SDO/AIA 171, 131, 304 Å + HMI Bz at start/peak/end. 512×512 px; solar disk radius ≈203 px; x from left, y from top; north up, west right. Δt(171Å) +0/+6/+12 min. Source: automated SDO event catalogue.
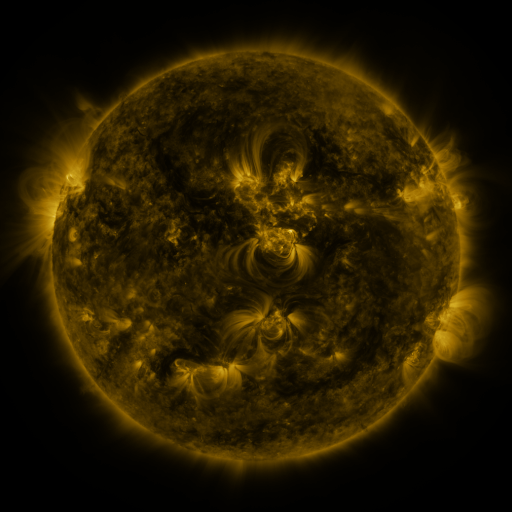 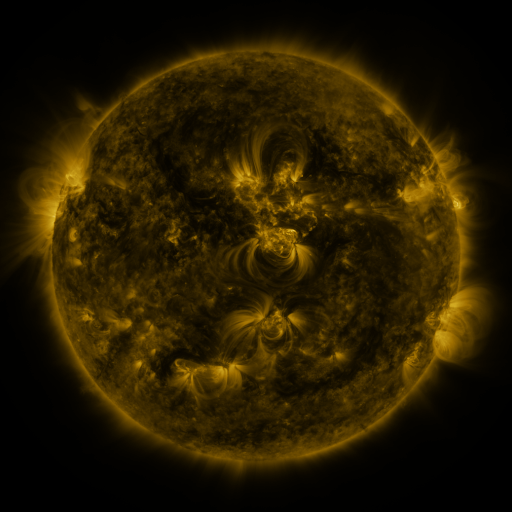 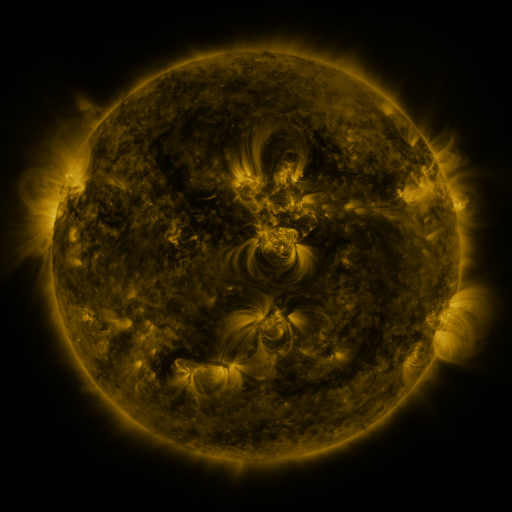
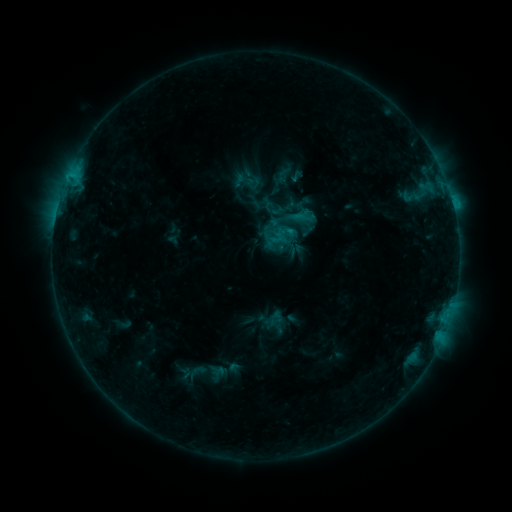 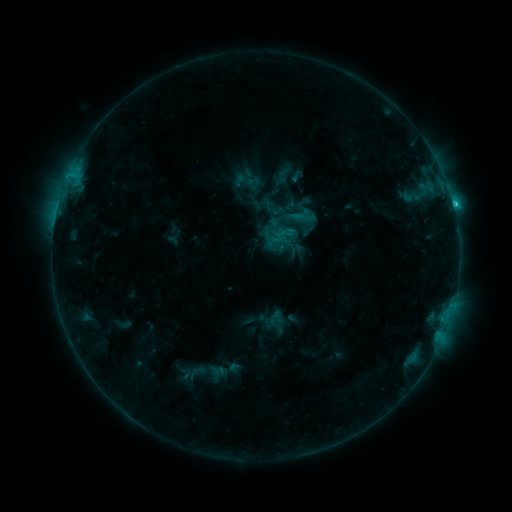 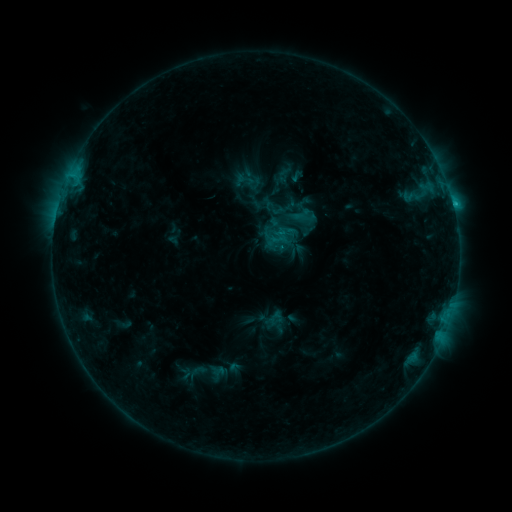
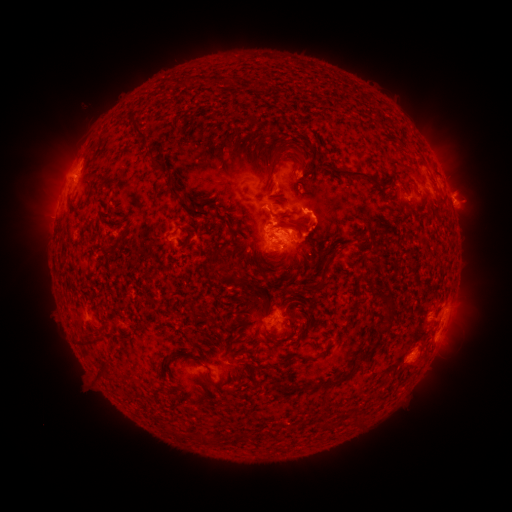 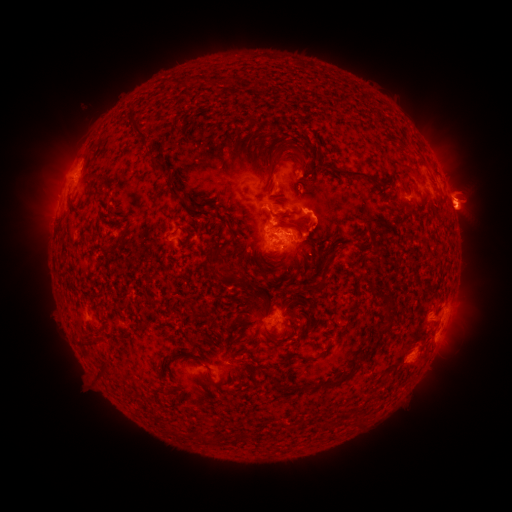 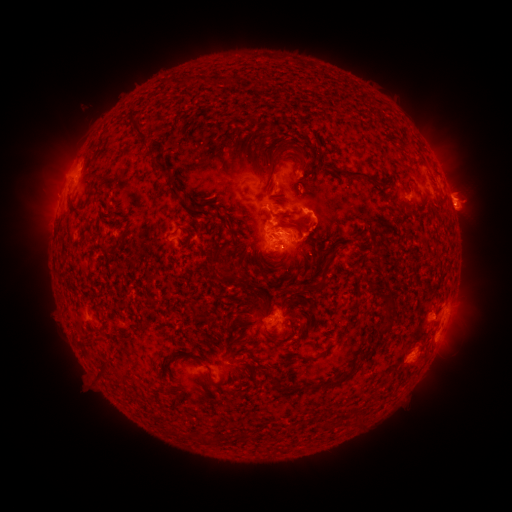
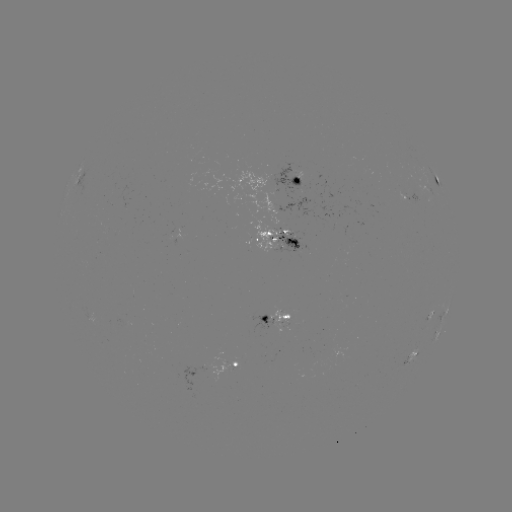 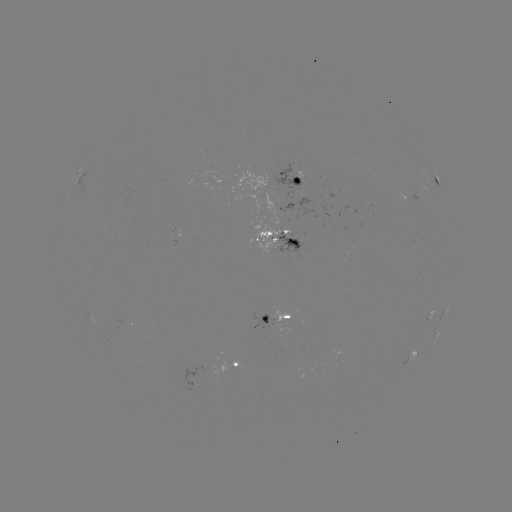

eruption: (434, 143, 496, 261)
